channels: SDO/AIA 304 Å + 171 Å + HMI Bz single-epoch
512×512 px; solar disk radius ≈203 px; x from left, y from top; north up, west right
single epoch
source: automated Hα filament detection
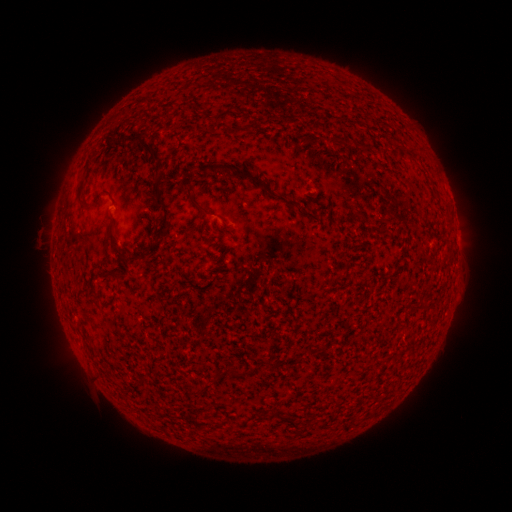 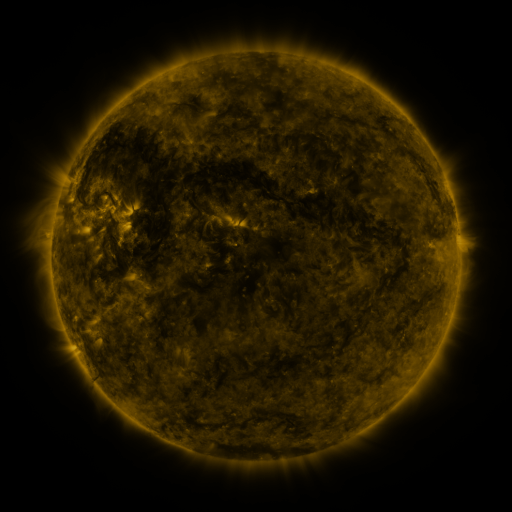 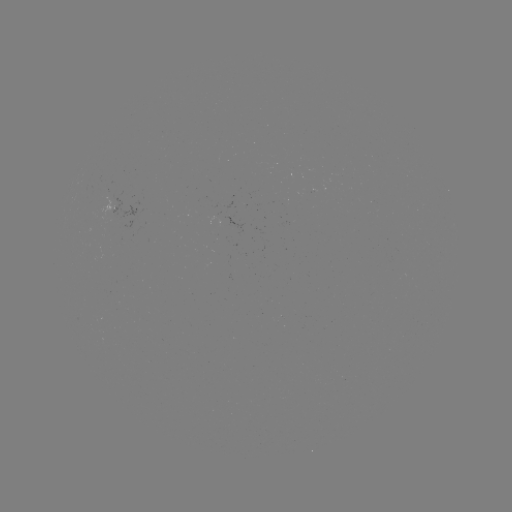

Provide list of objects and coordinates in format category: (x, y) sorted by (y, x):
filament: (167, 112)
filament: (233, 130)
filament: (334, 139)
filament: (125, 140)
filament: (151, 151)
filament: (208, 166)
filament: (162, 176)
filament: (261, 184)
filament: (78, 194)
filament: (99, 196)
filament: (192, 200)
filament: (165, 218)
filament: (115, 245)
filament: (151, 248)
filament: (104, 274)
filament: (325, 348)
filament: (235, 371)
filament: (196, 392)
filament: (286, 417)
